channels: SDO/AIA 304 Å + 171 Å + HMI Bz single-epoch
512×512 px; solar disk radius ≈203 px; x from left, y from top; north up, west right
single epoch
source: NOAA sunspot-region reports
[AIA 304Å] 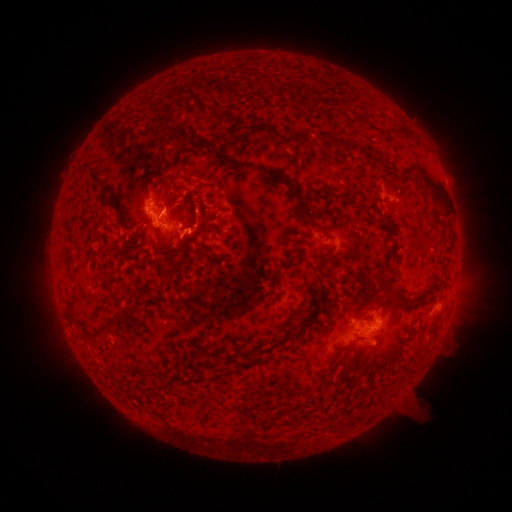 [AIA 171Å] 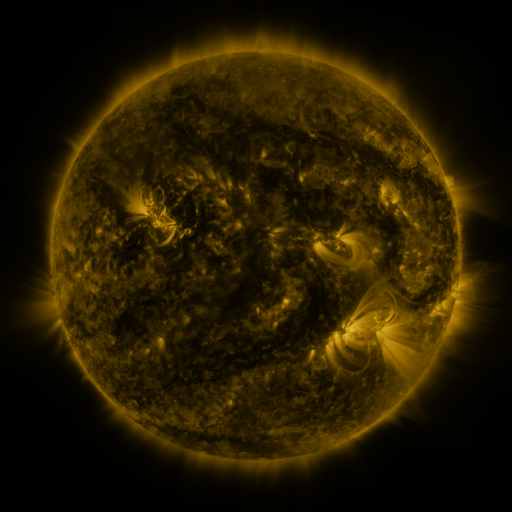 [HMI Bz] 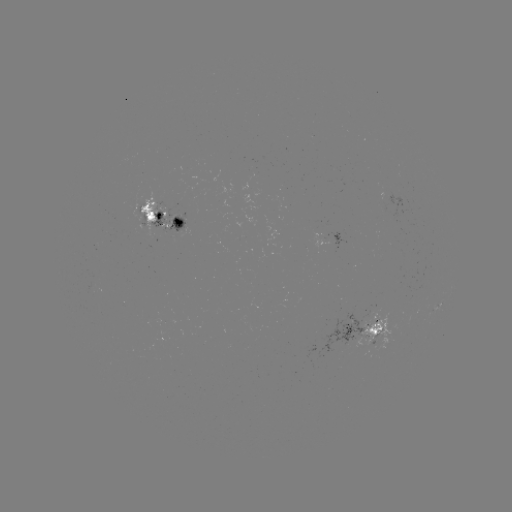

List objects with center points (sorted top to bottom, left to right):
spotted active region: (165, 214)
spotted active region: (365, 329)
